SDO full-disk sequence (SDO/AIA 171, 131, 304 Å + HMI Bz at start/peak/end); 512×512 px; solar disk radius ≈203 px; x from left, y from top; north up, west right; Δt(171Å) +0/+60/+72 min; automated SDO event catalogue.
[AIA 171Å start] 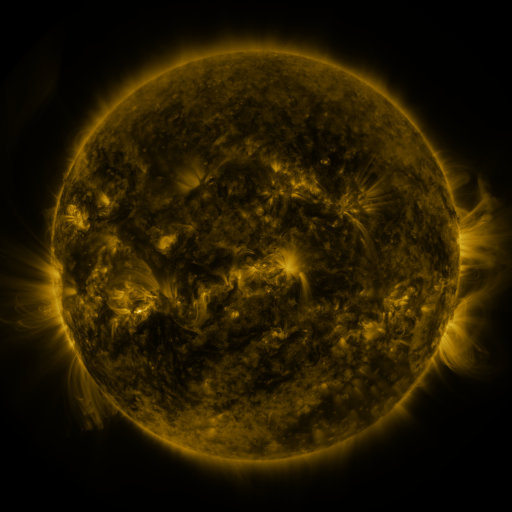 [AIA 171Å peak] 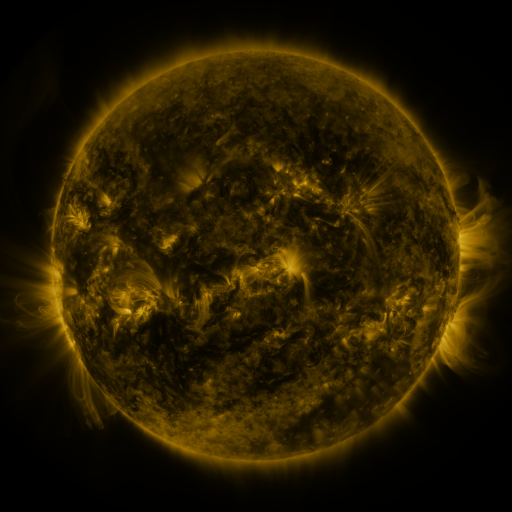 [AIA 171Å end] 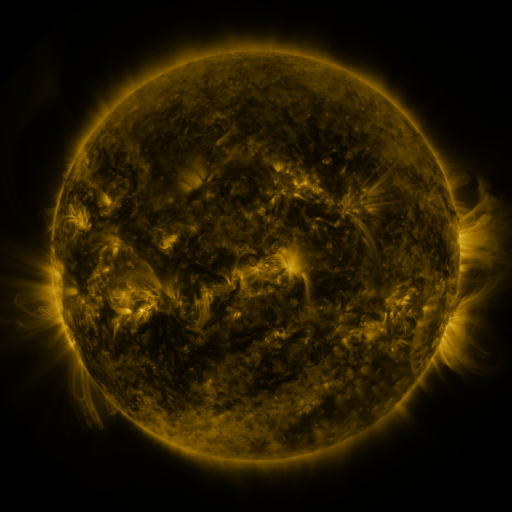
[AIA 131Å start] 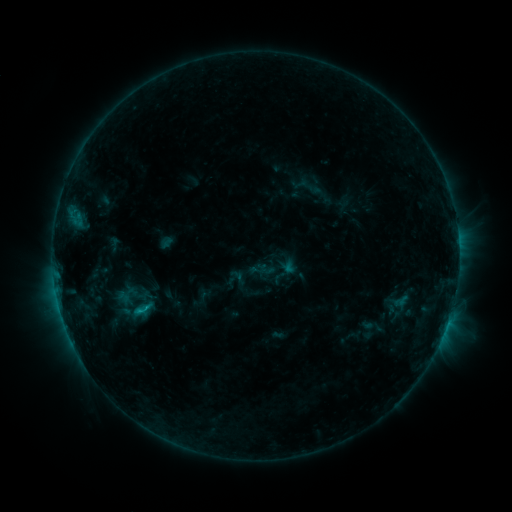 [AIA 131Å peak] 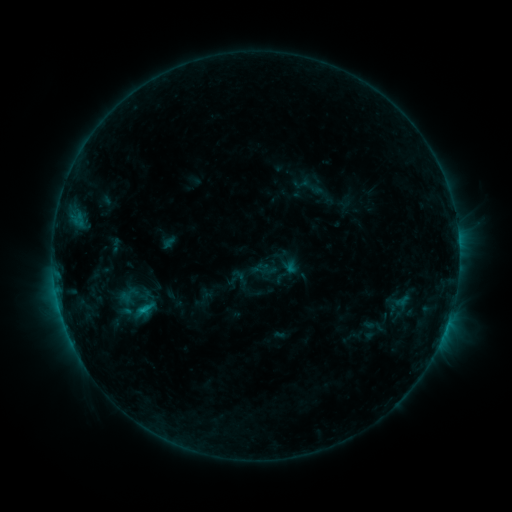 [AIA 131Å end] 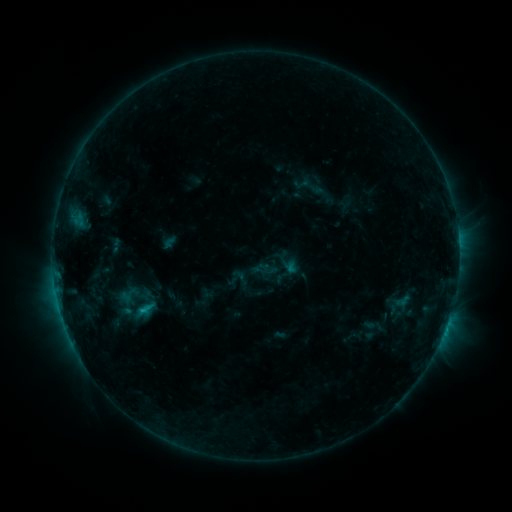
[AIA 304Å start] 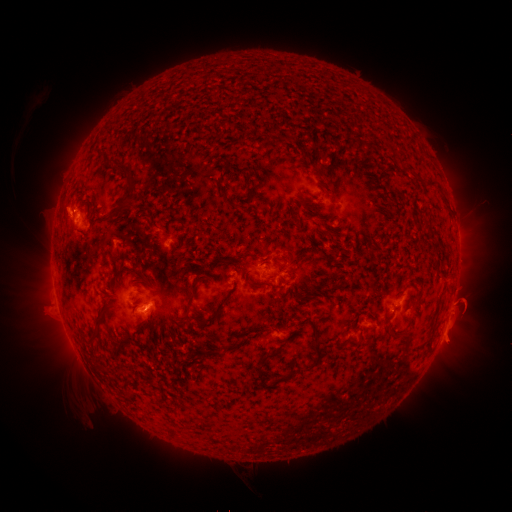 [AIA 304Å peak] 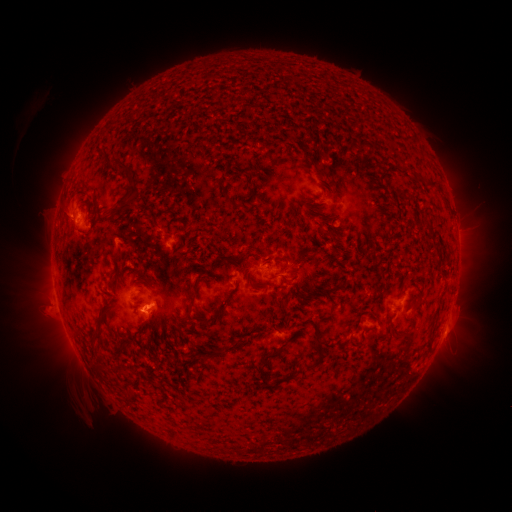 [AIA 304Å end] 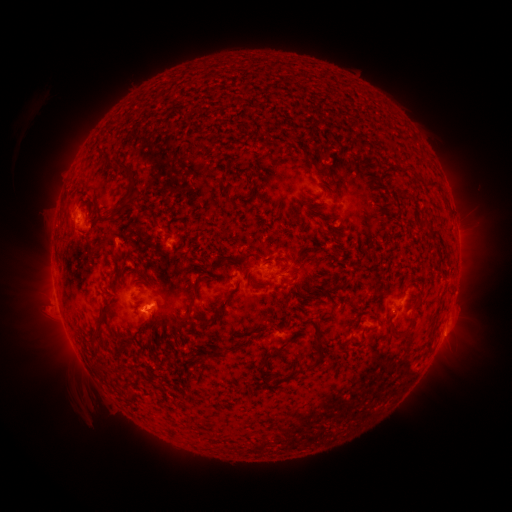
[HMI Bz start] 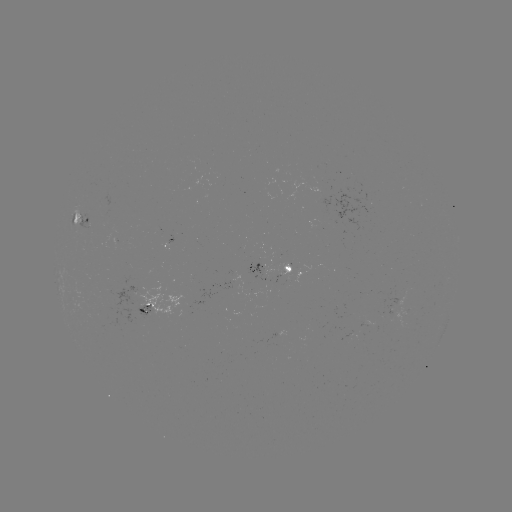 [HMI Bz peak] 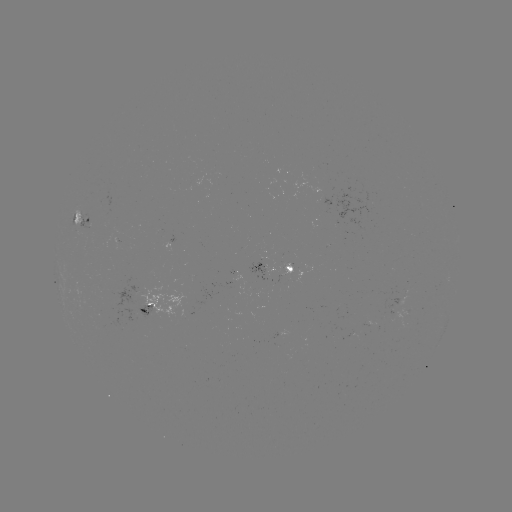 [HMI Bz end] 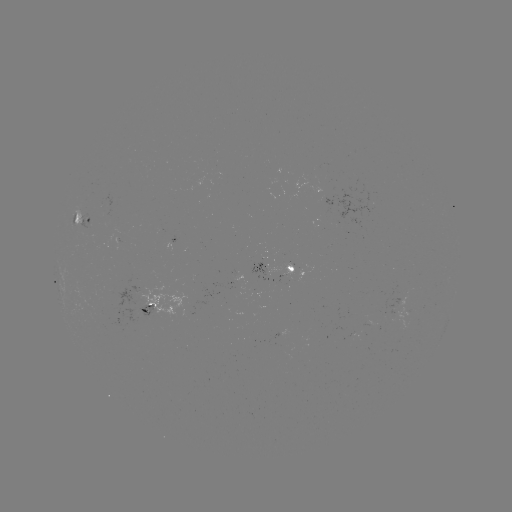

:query emerging-flux region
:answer (288, 266)